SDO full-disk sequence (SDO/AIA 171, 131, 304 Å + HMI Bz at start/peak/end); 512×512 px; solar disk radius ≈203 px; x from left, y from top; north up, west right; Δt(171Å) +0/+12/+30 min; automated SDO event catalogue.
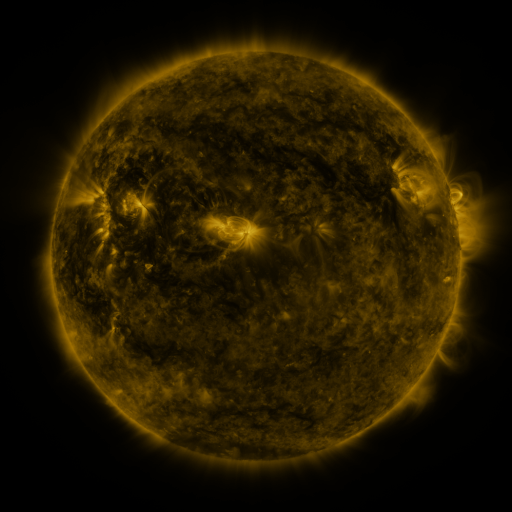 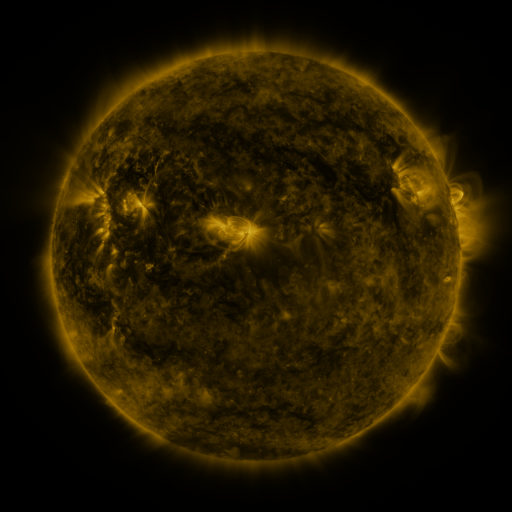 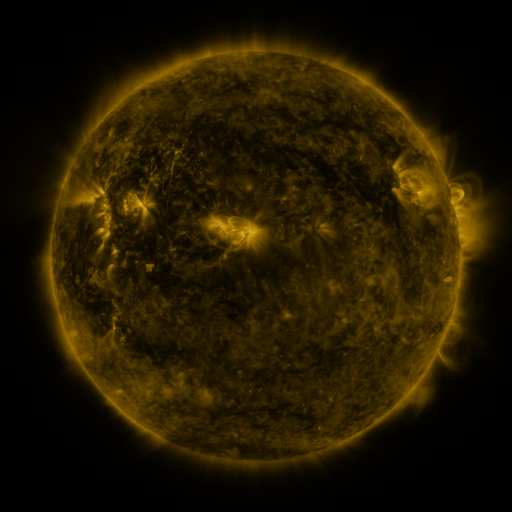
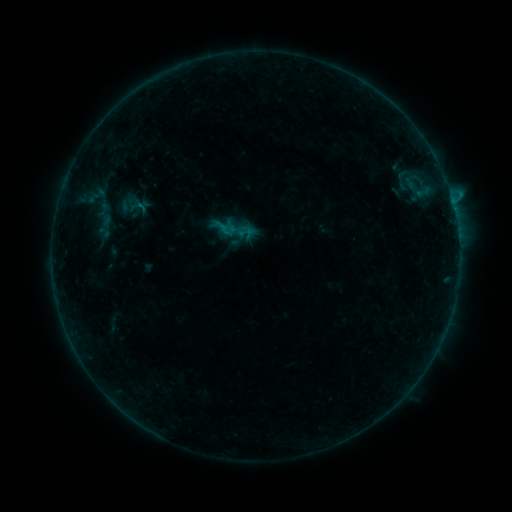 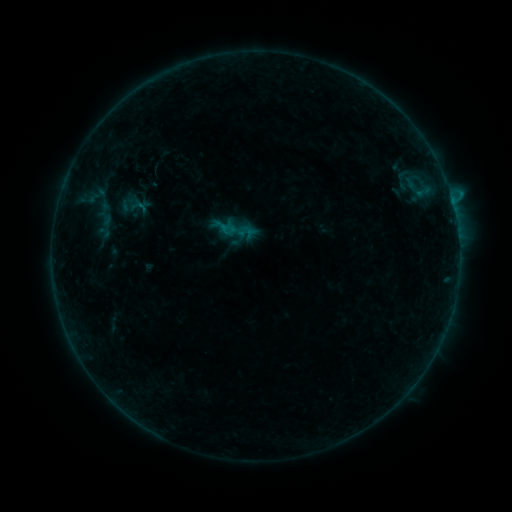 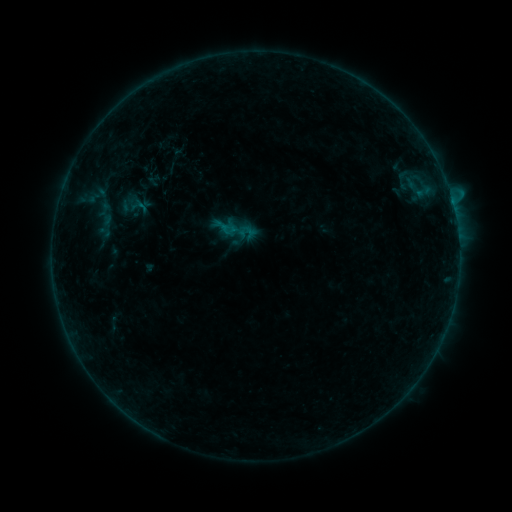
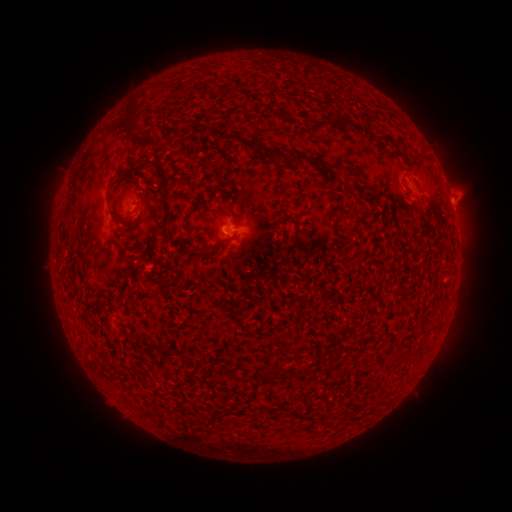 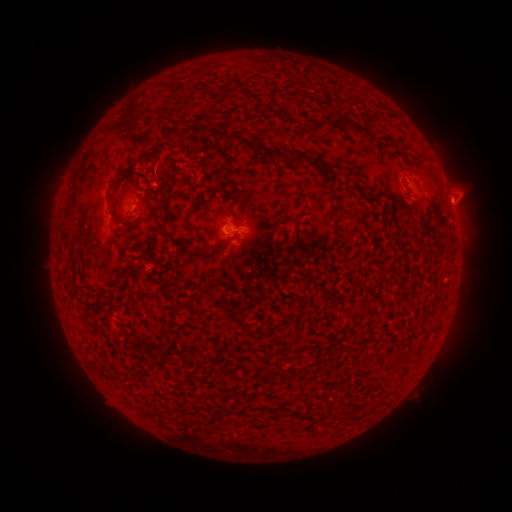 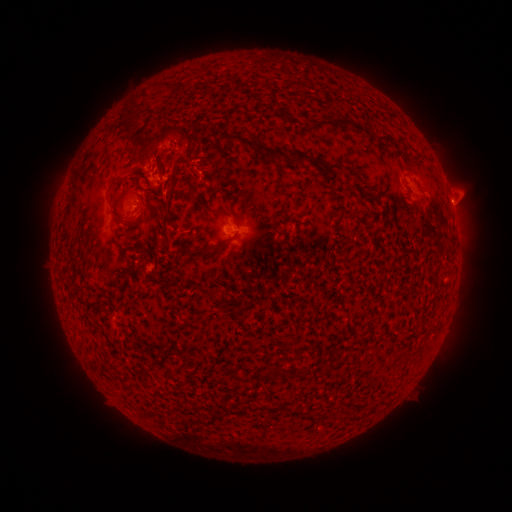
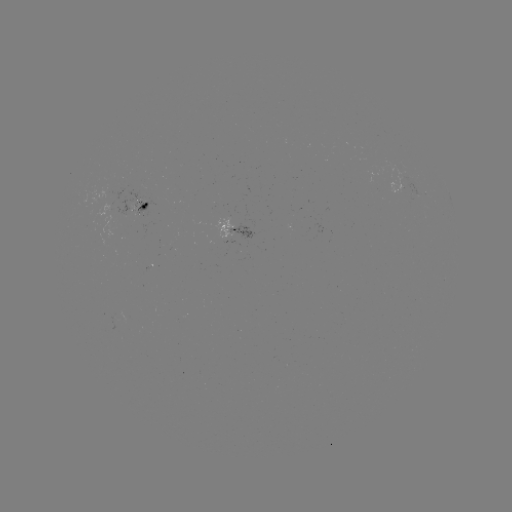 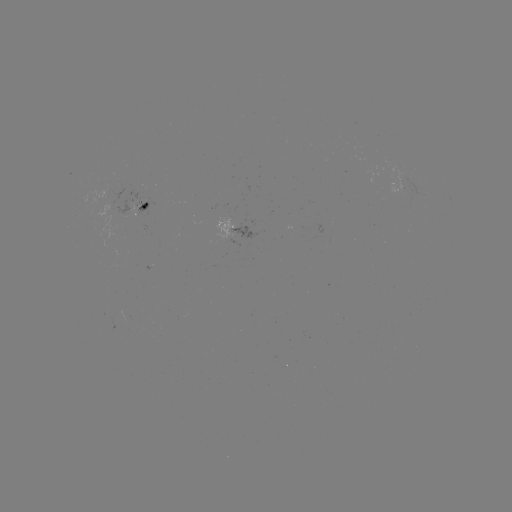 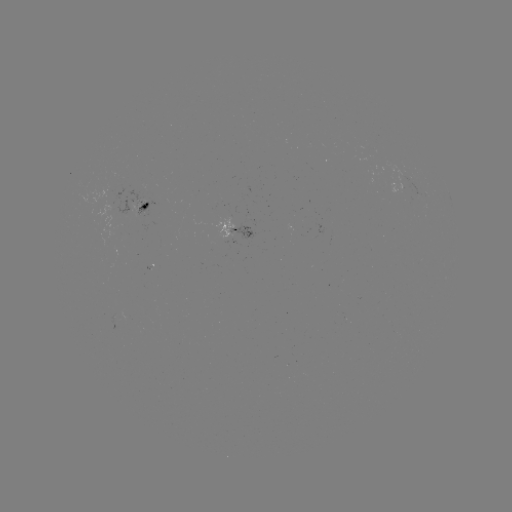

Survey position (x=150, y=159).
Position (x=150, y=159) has eruption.